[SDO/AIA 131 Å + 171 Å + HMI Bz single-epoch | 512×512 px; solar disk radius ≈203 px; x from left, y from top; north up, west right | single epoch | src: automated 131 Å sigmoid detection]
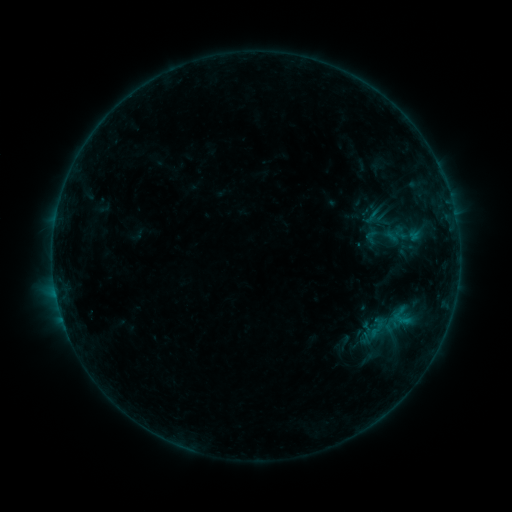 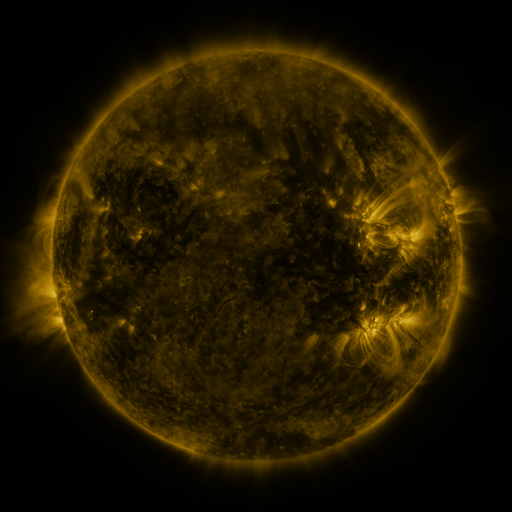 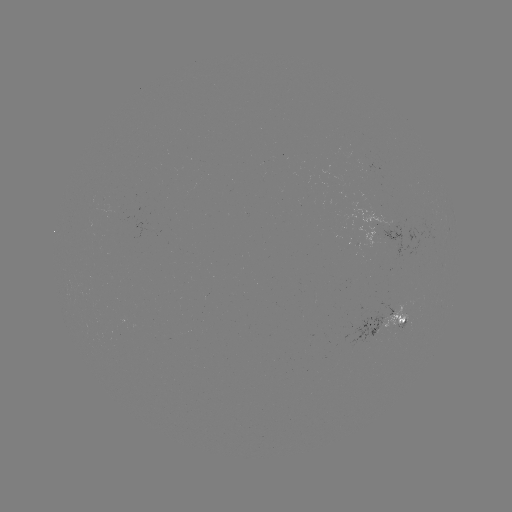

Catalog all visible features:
sigmoid: [362, 227, 381, 246]
